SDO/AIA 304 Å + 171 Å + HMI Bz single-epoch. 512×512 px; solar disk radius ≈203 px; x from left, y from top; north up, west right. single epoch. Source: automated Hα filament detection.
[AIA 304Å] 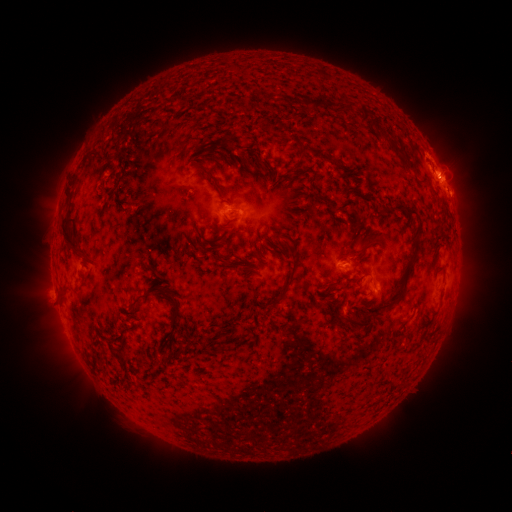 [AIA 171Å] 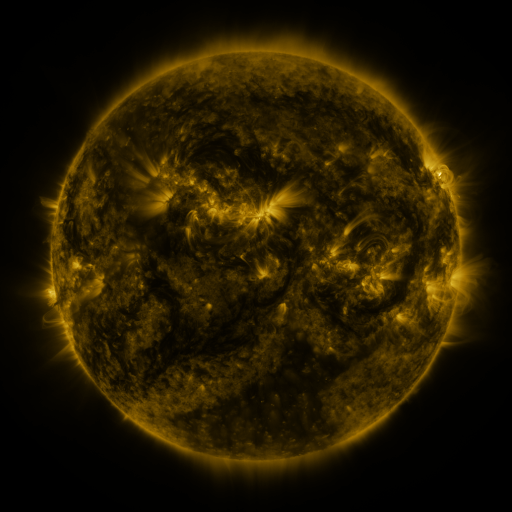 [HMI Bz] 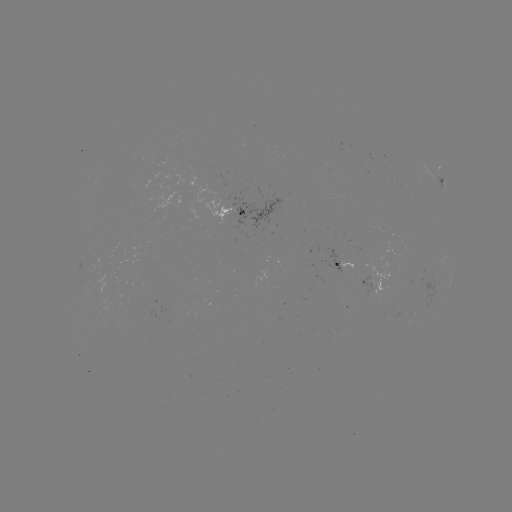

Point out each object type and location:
filament: (331, 105)
filament: (367, 113)
filament: (284, 126)
filament: (400, 151)
filament: (412, 166)
filament: (212, 175)
filament: (71, 195)
filament: (325, 199)
filament: (398, 207)
filament: (411, 212)
filament: (70, 235)
filament: (357, 253)
filament: (224, 262)
filament: (407, 270)
filament: (331, 283)
filament: (287, 285)
filament: (161, 289)
filament: (138, 300)
filament: (175, 311)
filament: (355, 322)
